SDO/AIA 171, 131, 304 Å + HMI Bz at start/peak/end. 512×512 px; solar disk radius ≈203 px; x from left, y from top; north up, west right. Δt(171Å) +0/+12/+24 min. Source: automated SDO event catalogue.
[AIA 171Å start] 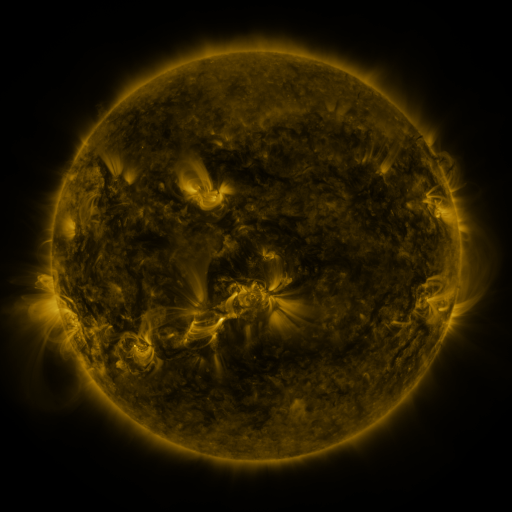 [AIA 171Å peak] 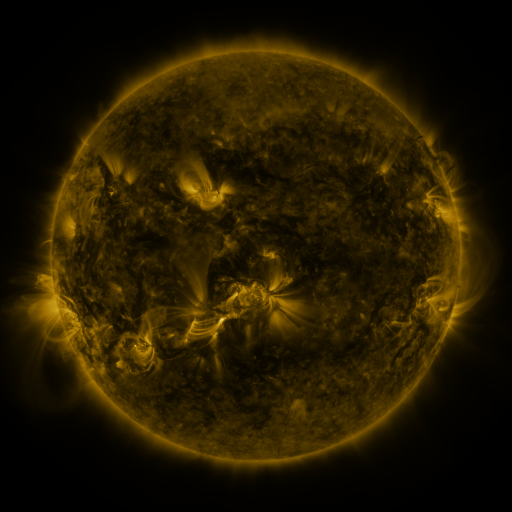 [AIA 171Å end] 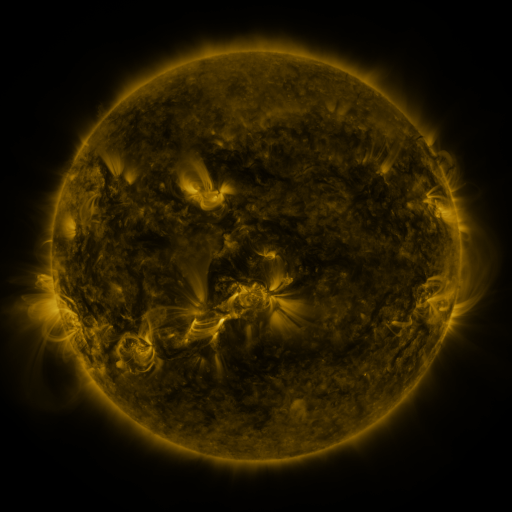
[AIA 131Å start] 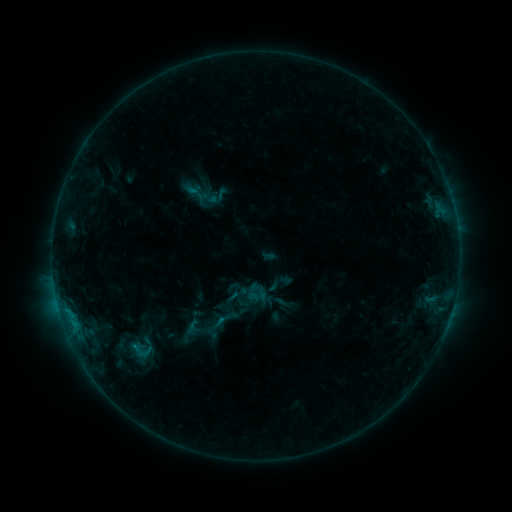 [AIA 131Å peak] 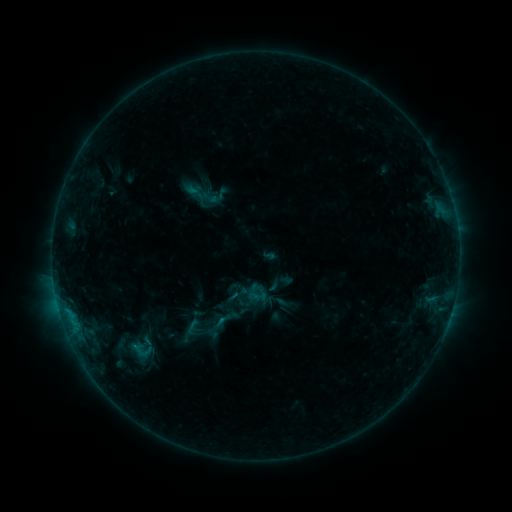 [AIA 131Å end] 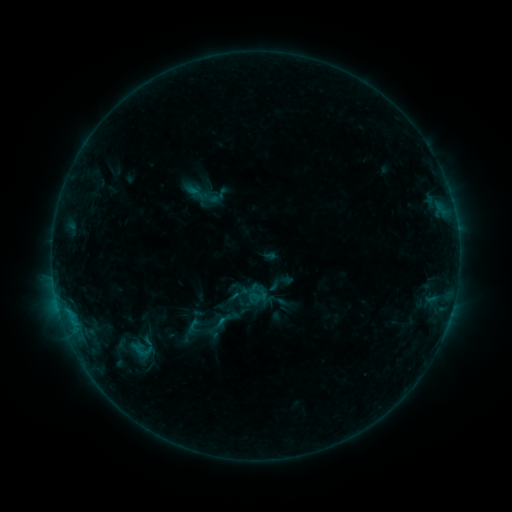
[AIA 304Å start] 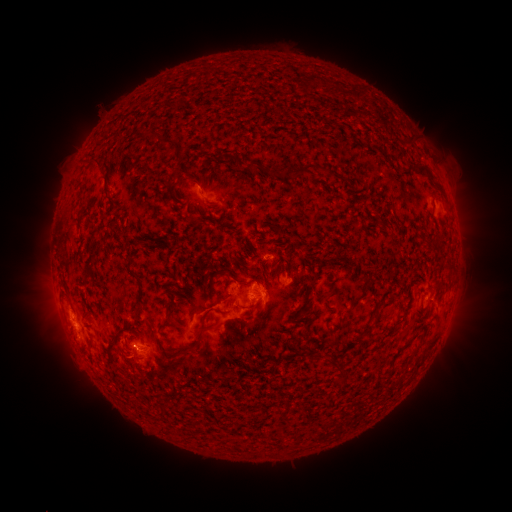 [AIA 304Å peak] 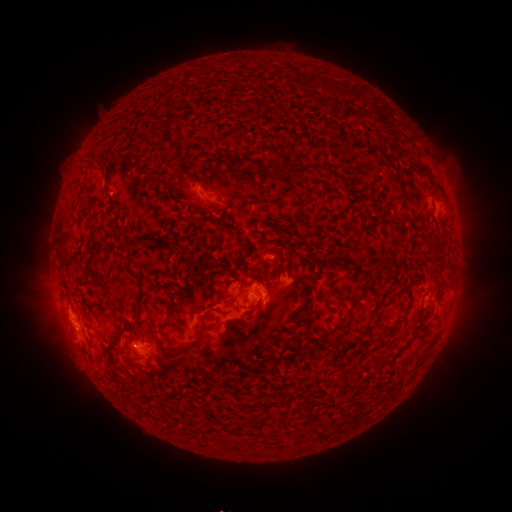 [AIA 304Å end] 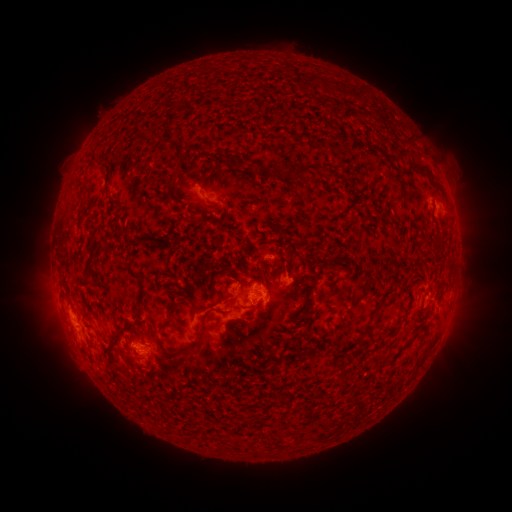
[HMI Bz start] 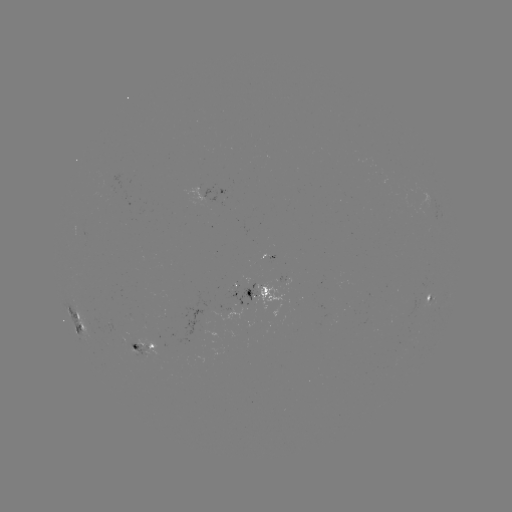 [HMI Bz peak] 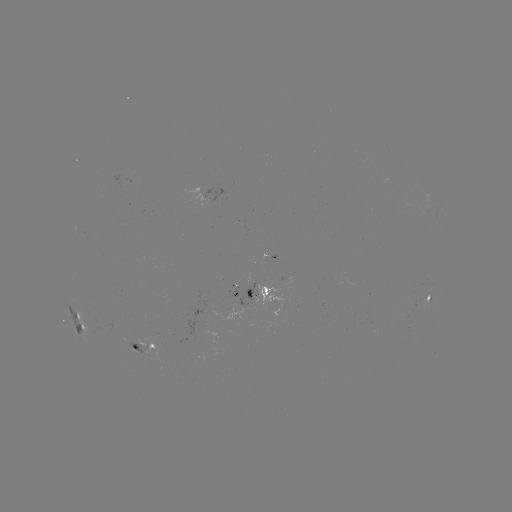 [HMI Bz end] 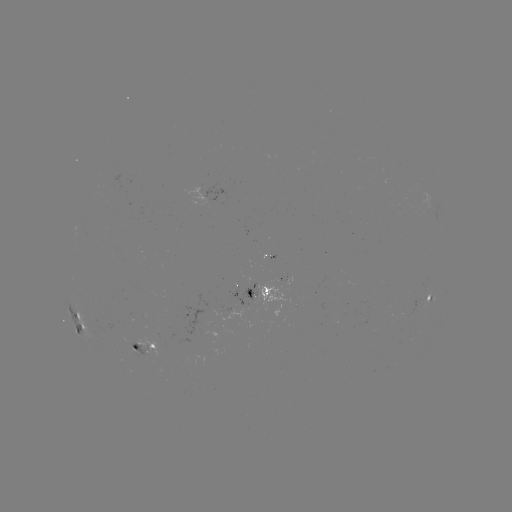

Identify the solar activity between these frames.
no classed flare was catalogued and no EUV brightening was flagged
